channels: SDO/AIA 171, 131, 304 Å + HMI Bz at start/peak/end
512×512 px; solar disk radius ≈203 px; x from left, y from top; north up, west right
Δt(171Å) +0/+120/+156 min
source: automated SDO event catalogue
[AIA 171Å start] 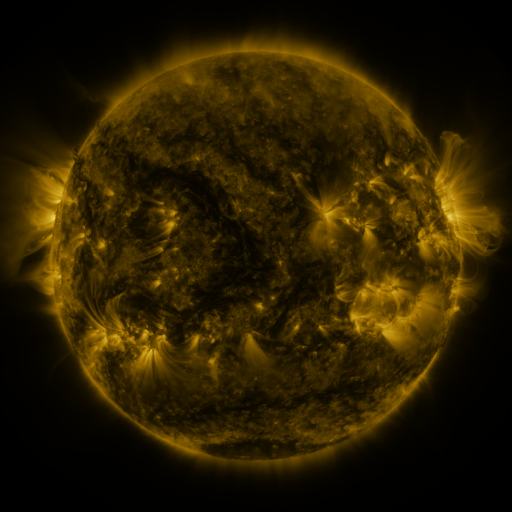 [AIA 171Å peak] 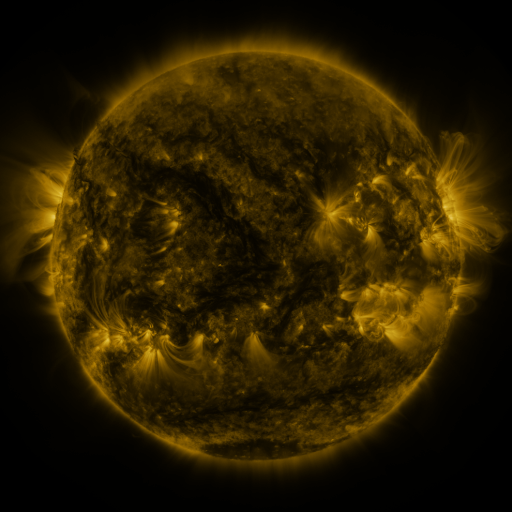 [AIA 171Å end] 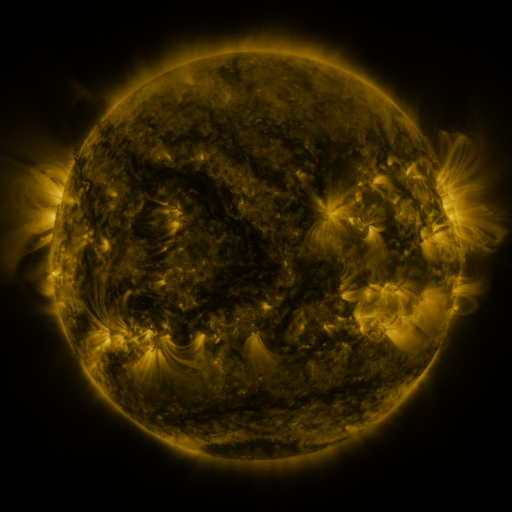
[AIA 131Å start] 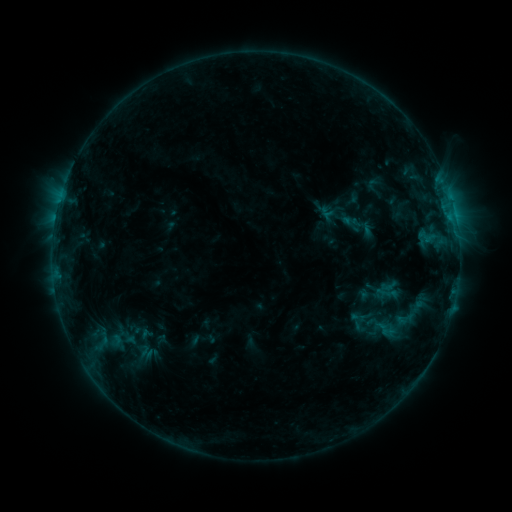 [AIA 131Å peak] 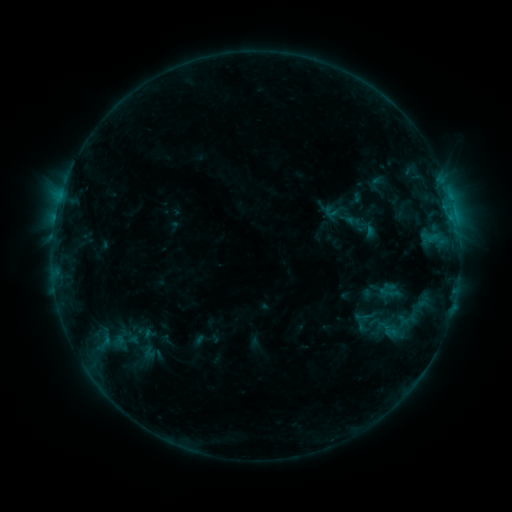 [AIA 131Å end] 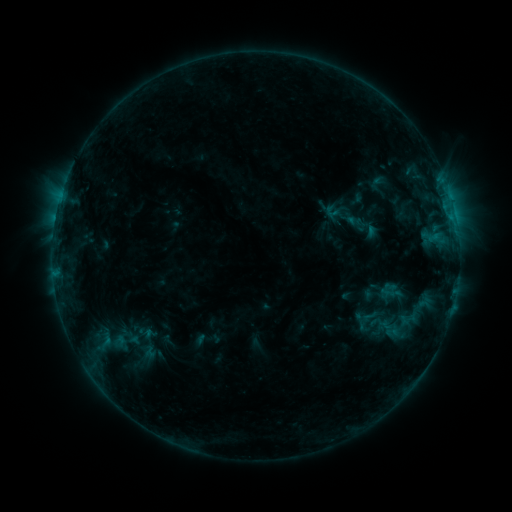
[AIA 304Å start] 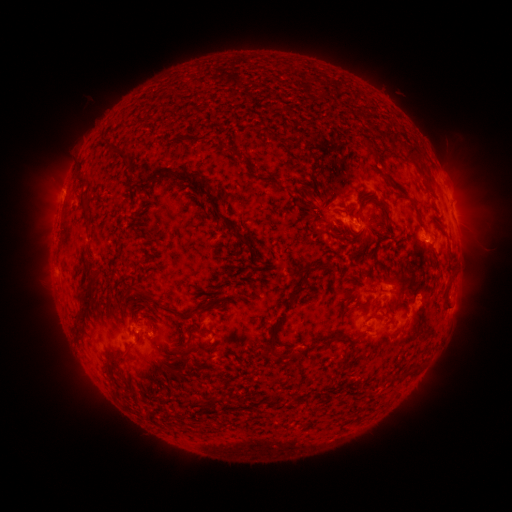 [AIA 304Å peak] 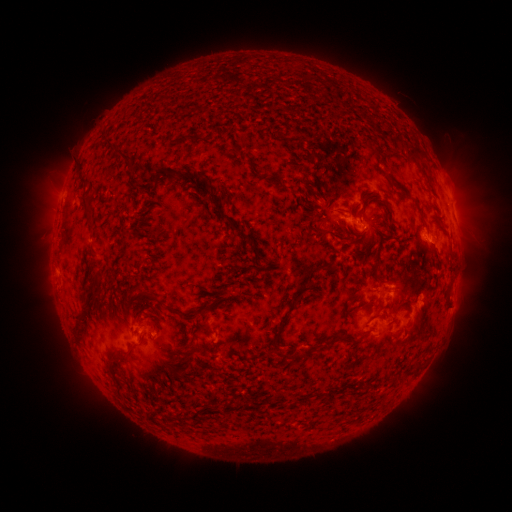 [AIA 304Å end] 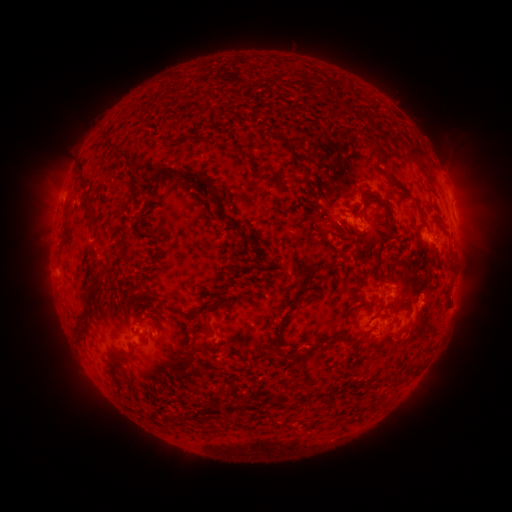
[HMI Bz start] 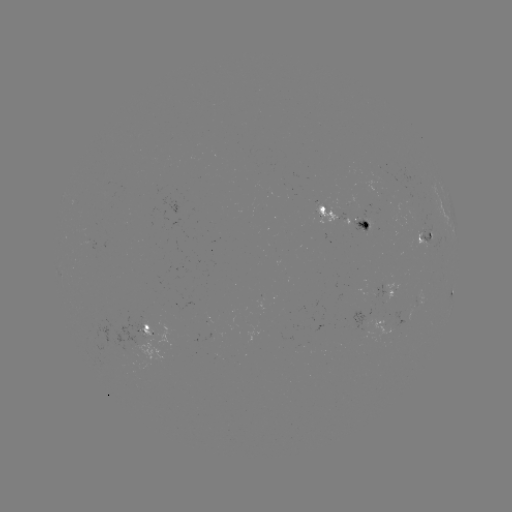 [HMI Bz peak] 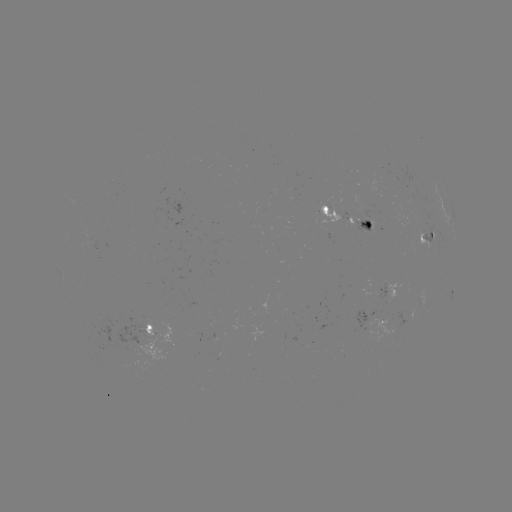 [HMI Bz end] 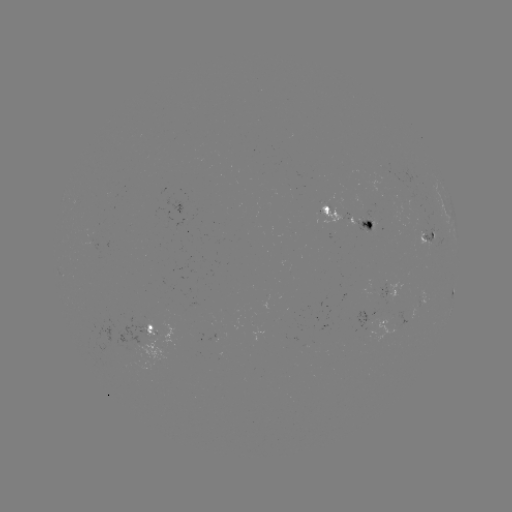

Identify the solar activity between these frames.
emerging-flux region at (365, 326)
